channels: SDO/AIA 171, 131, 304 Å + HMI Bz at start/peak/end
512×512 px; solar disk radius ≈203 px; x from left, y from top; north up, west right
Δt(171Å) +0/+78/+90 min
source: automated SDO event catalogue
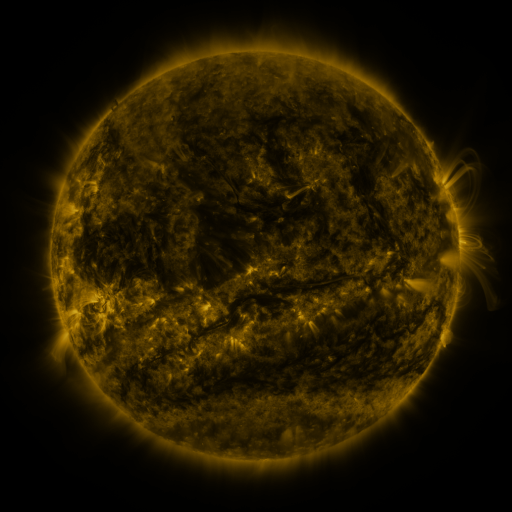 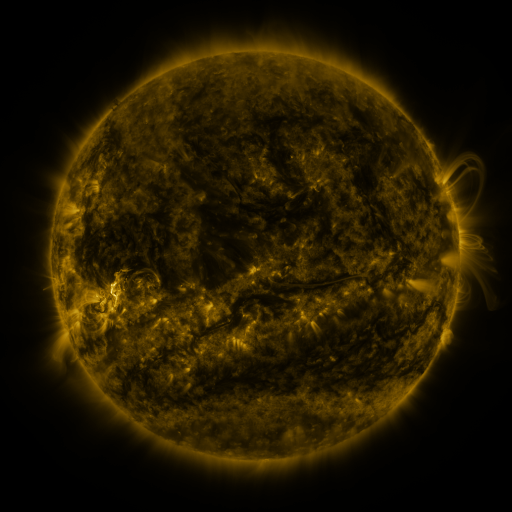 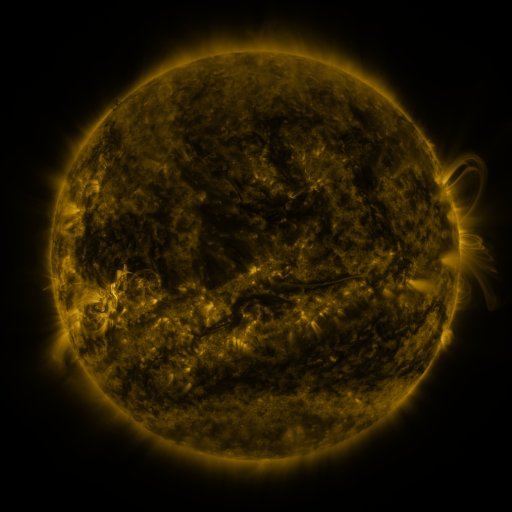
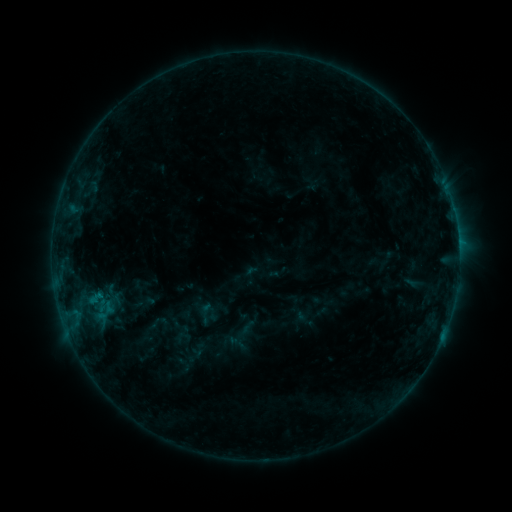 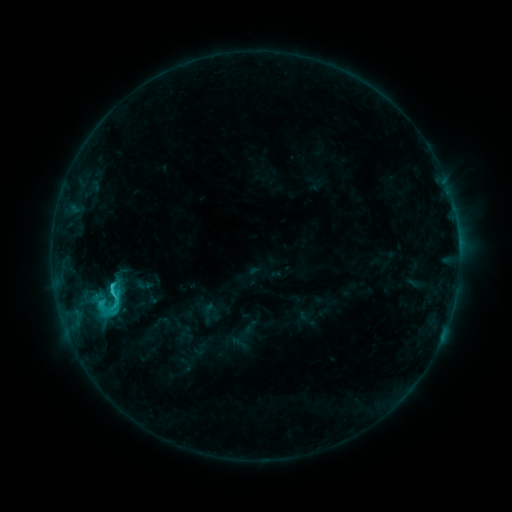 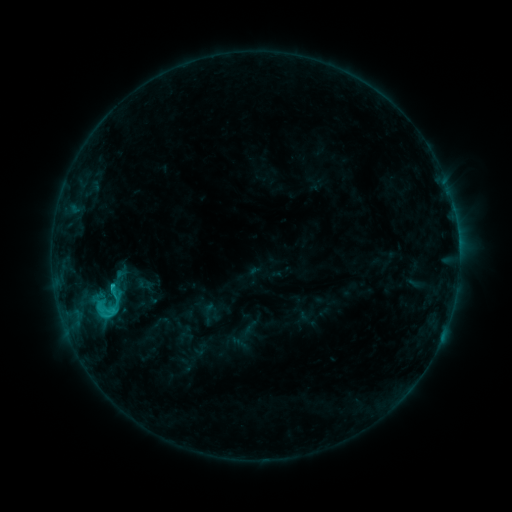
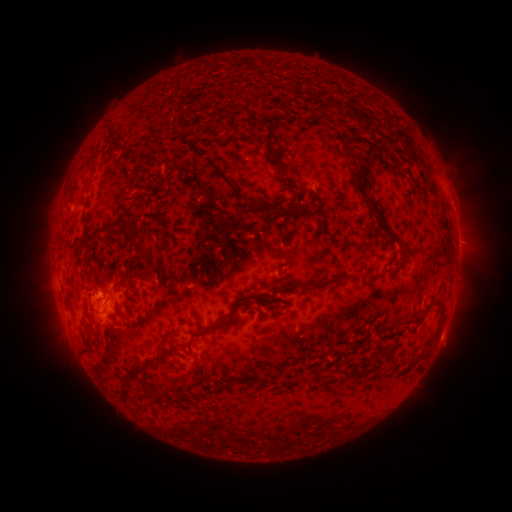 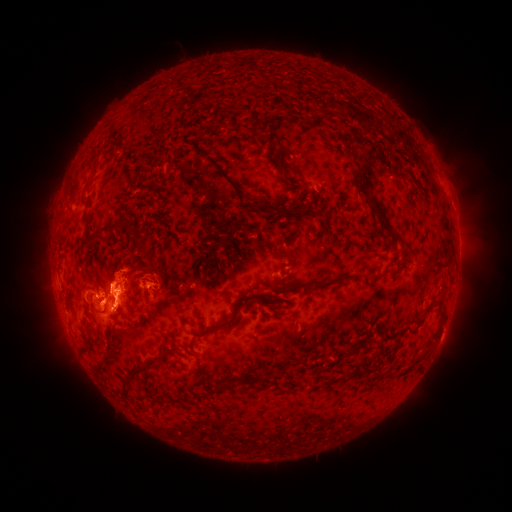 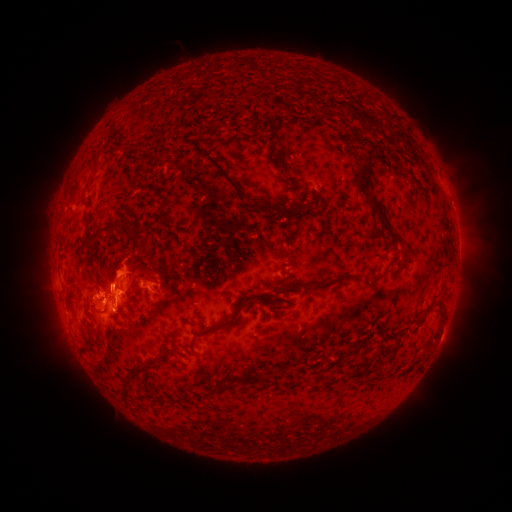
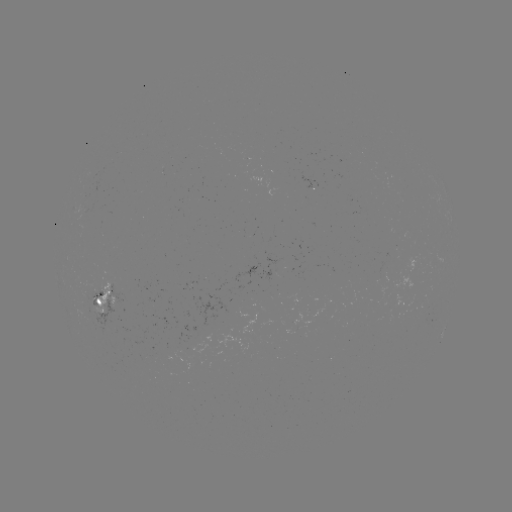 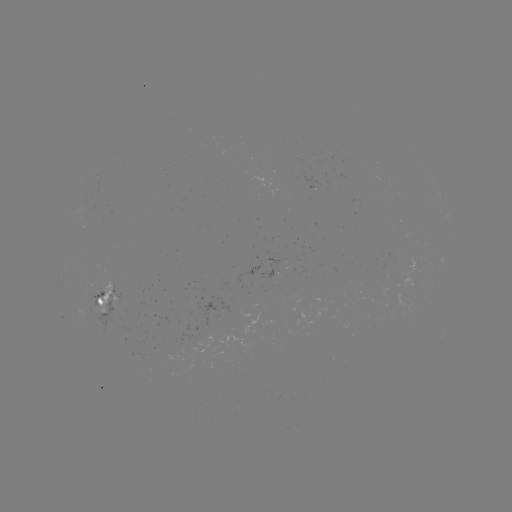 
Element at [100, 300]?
C2.7 flare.